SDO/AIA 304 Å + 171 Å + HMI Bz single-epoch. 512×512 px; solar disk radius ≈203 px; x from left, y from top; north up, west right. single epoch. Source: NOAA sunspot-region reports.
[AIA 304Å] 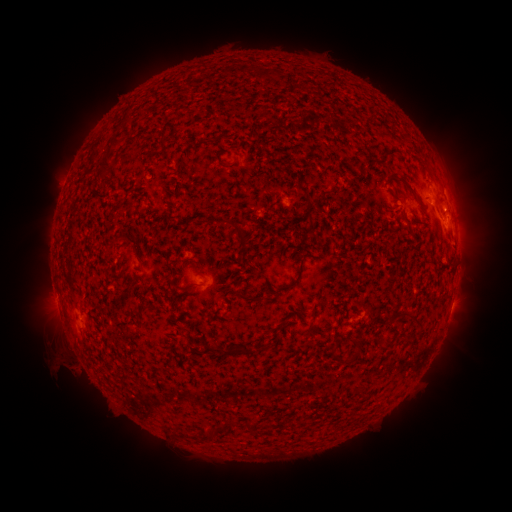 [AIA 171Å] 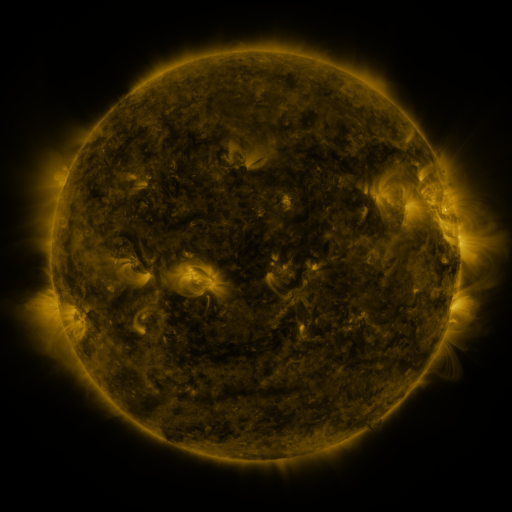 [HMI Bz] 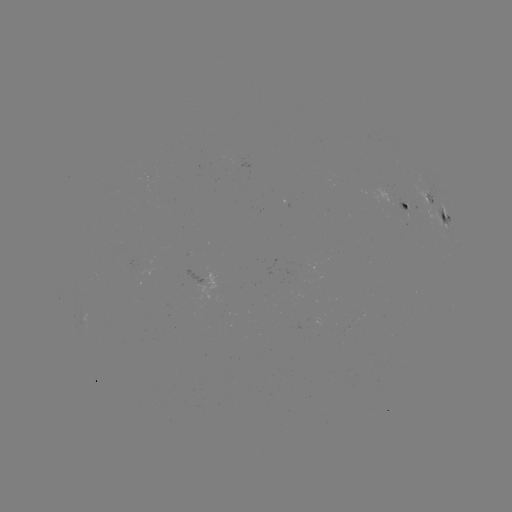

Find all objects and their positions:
spotted active region: (425, 194)
spotted active region: (411, 205)
spotted active region: (445, 216)
spotted active region: (211, 277)
spotted active region: (451, 306)
